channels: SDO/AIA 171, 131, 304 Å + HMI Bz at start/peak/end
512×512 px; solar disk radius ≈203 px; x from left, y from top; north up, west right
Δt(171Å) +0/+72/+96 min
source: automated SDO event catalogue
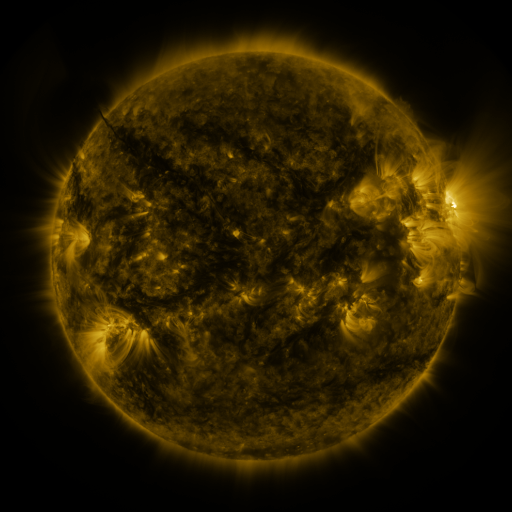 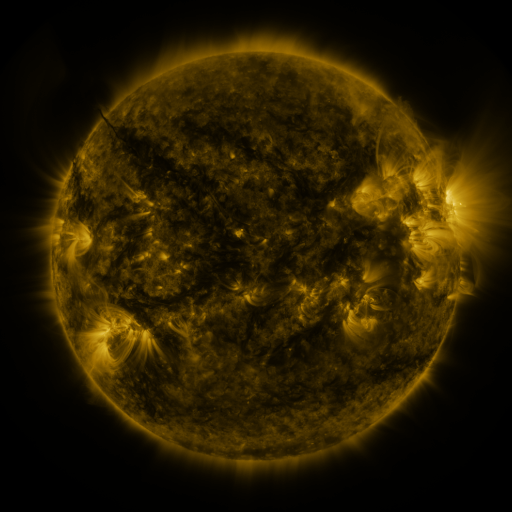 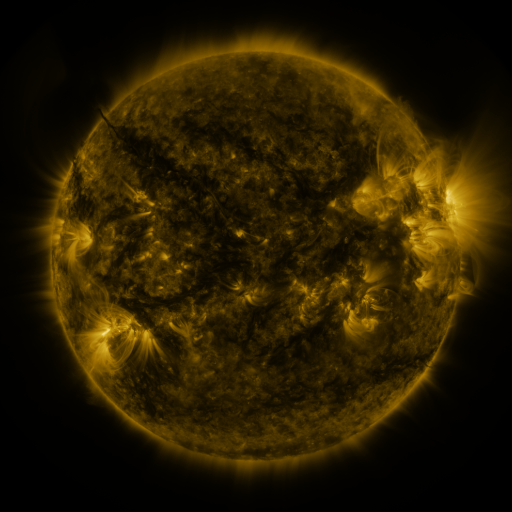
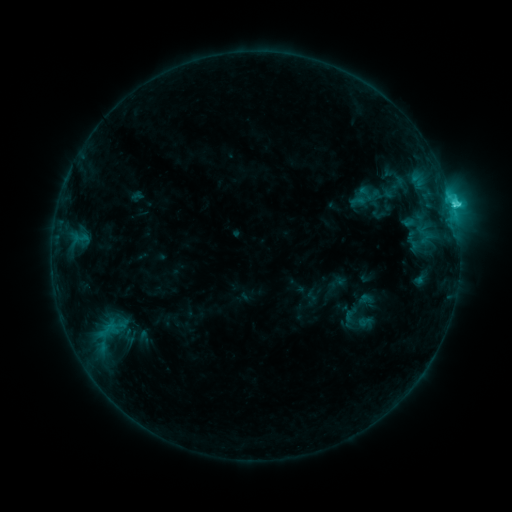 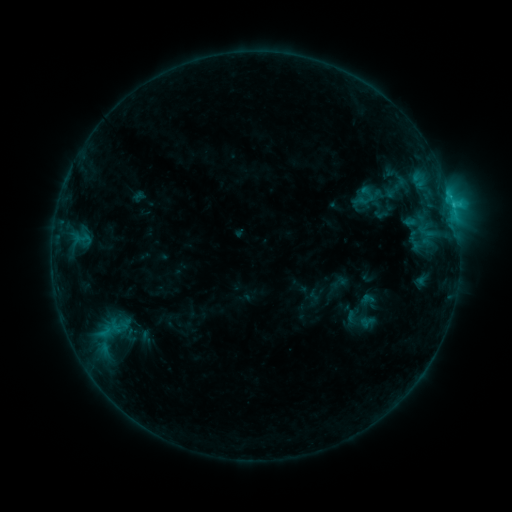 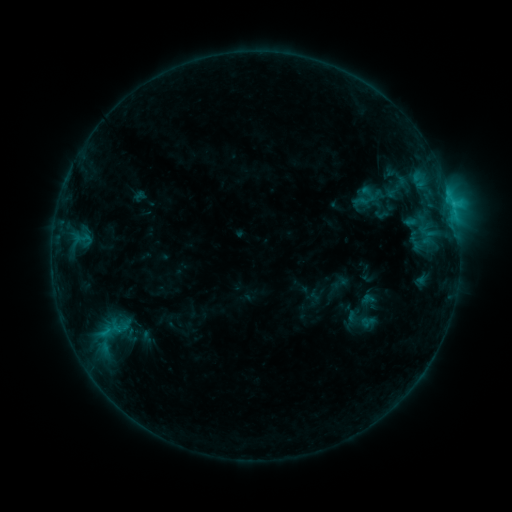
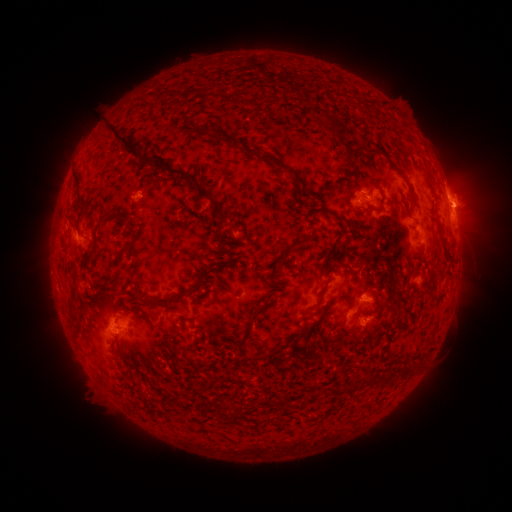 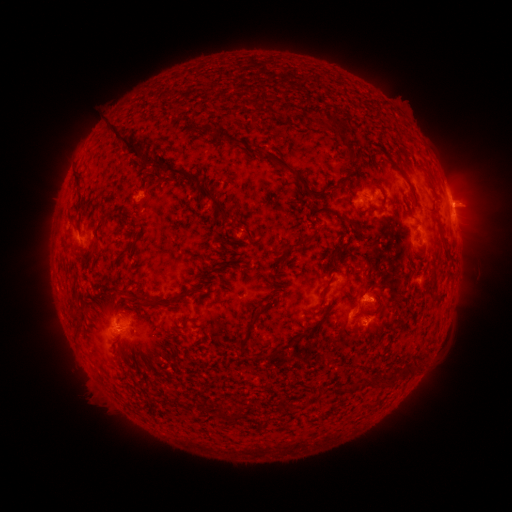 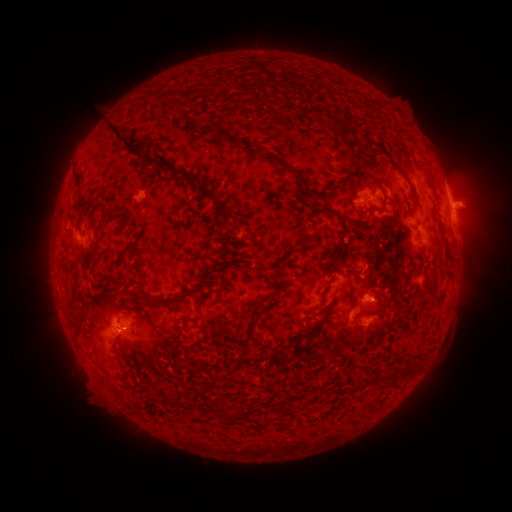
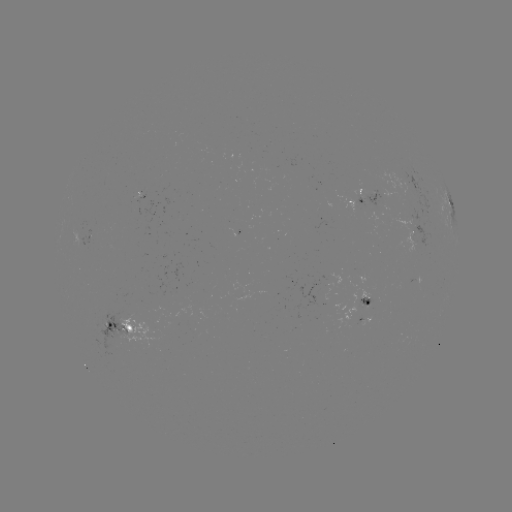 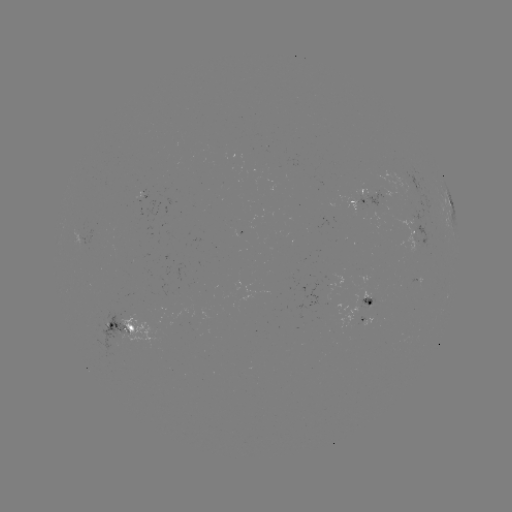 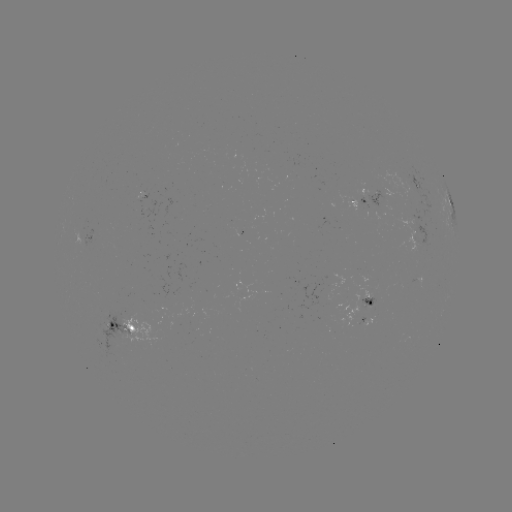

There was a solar emerging-flux region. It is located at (412, 236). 